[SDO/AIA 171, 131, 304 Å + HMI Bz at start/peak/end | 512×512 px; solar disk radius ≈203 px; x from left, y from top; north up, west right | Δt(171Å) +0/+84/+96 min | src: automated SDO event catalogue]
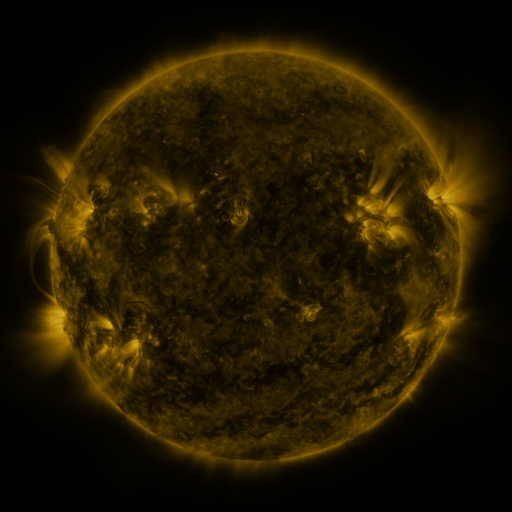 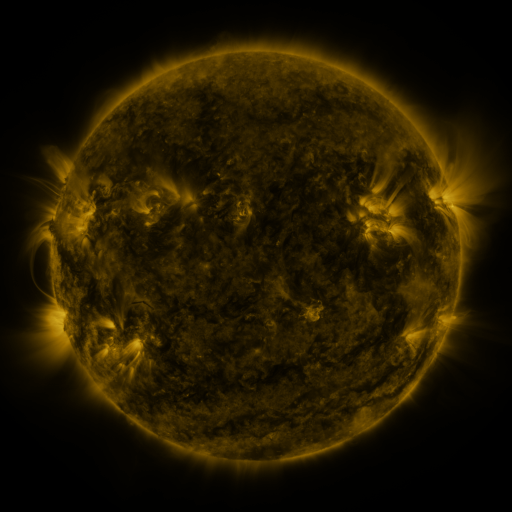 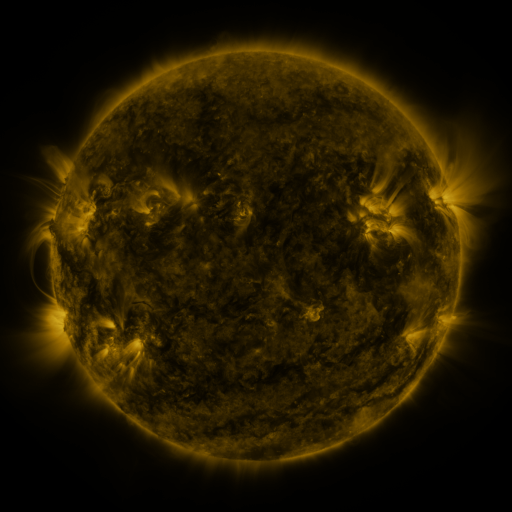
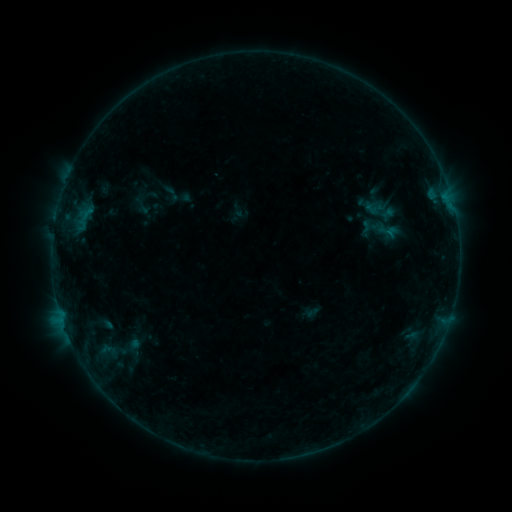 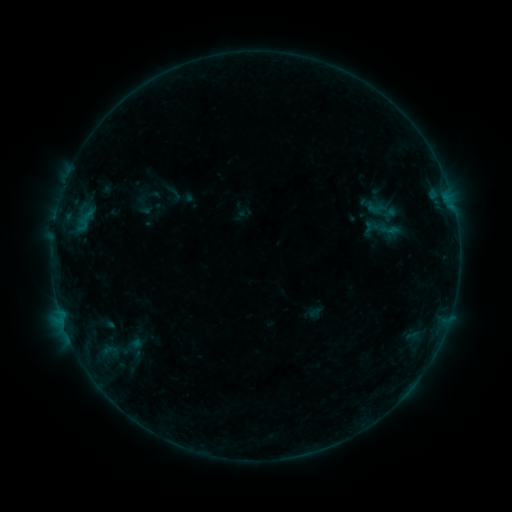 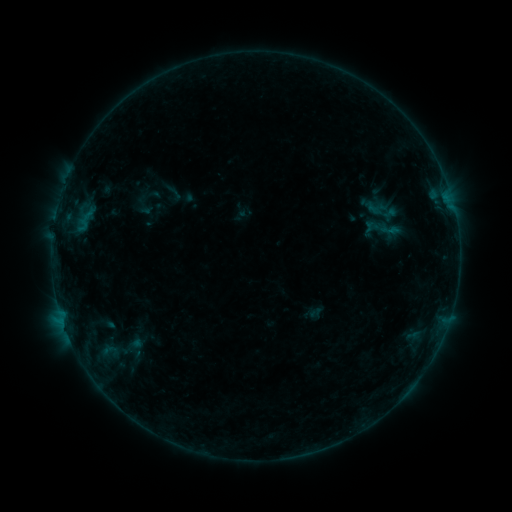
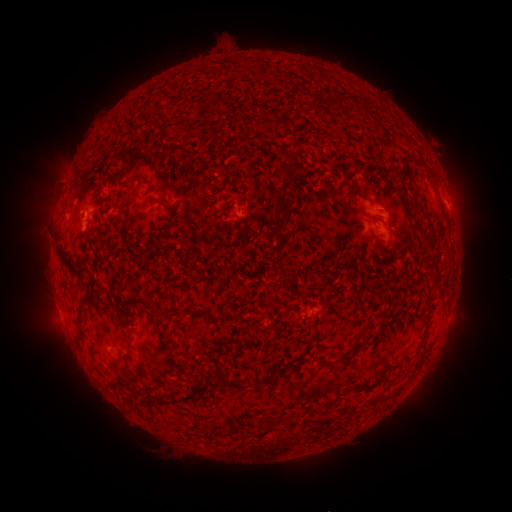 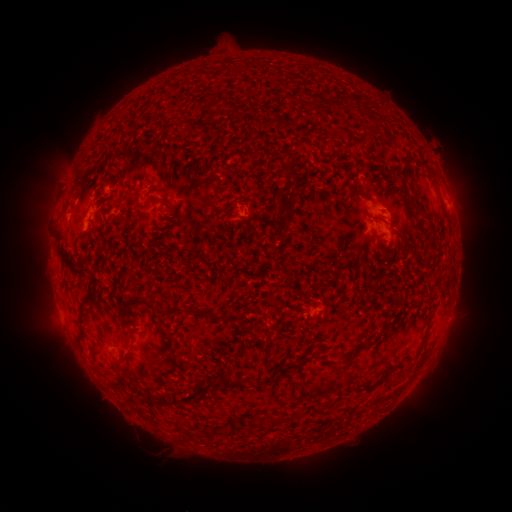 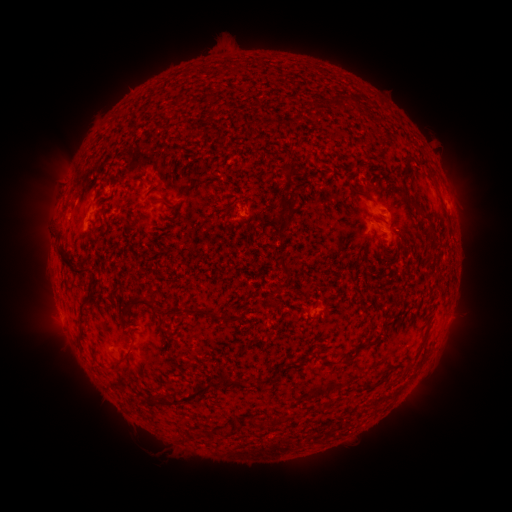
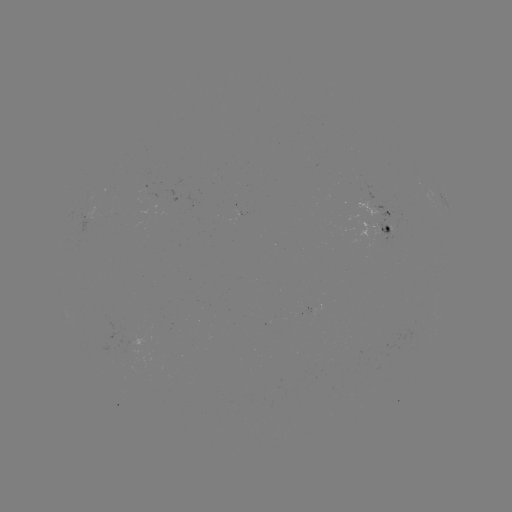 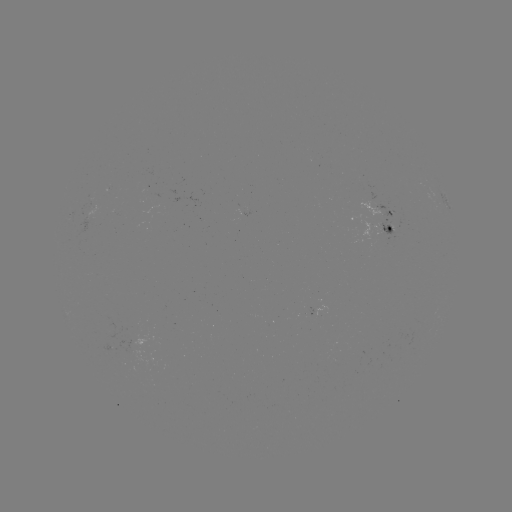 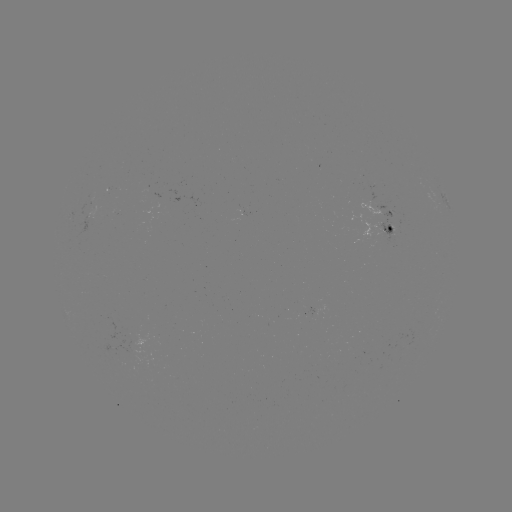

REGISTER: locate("emerging-flux region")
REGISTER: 110,347